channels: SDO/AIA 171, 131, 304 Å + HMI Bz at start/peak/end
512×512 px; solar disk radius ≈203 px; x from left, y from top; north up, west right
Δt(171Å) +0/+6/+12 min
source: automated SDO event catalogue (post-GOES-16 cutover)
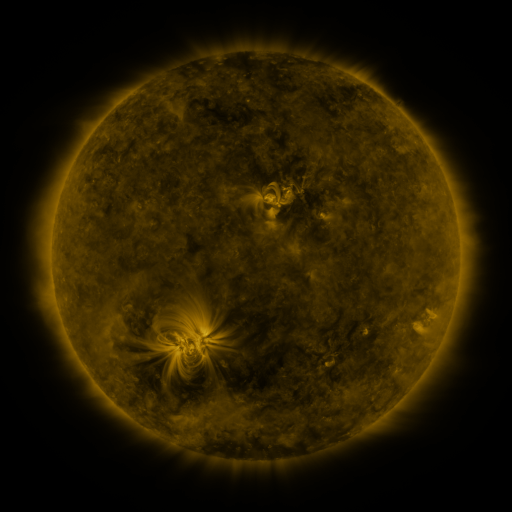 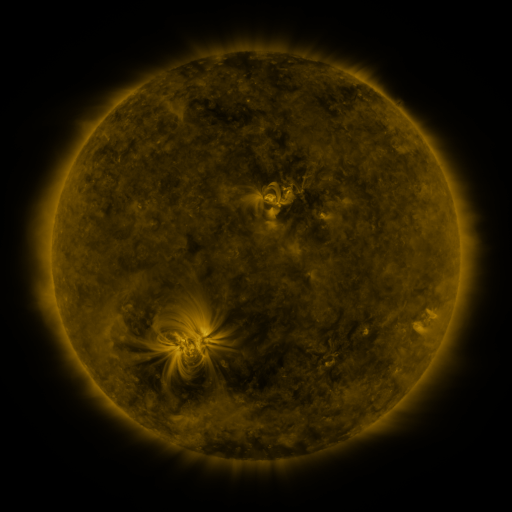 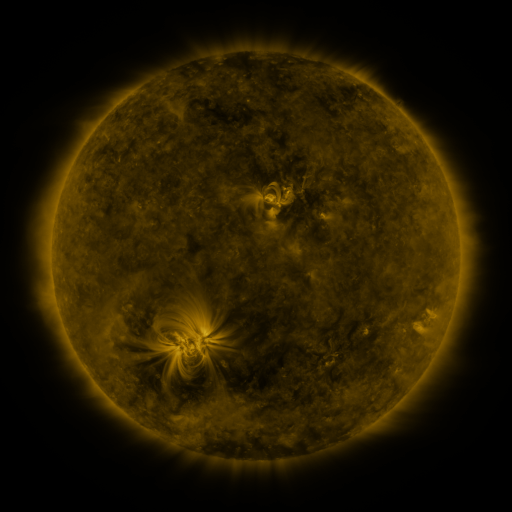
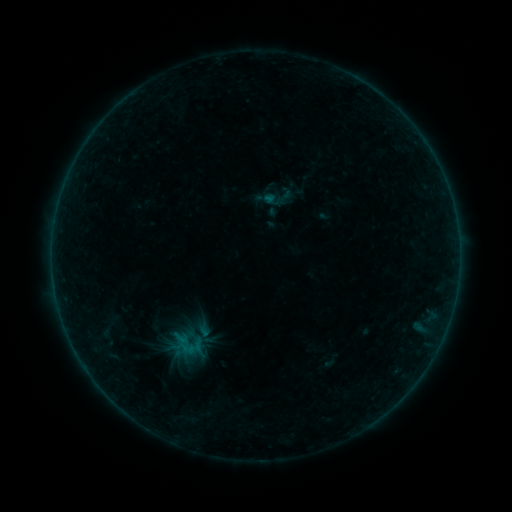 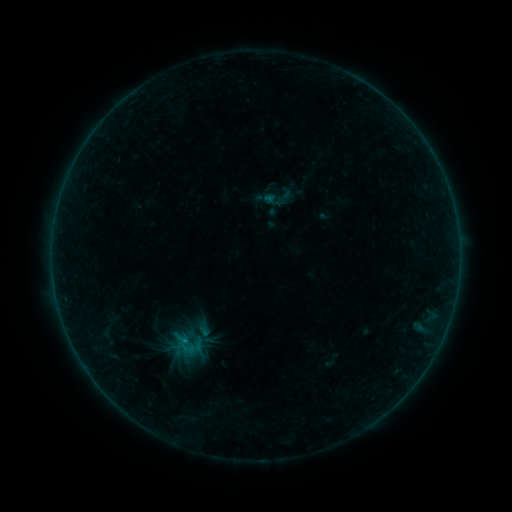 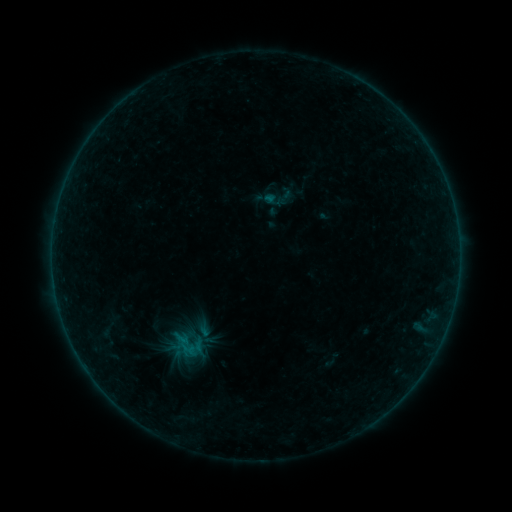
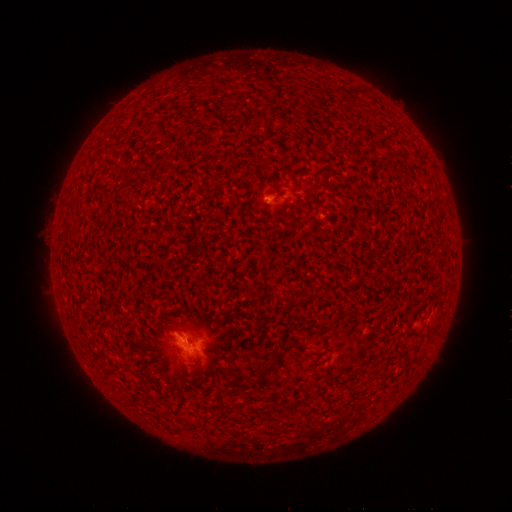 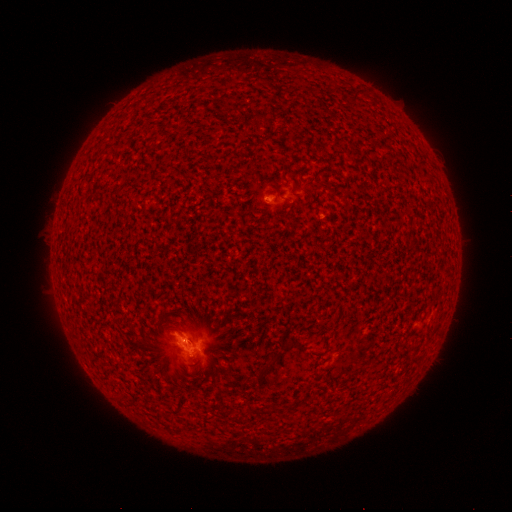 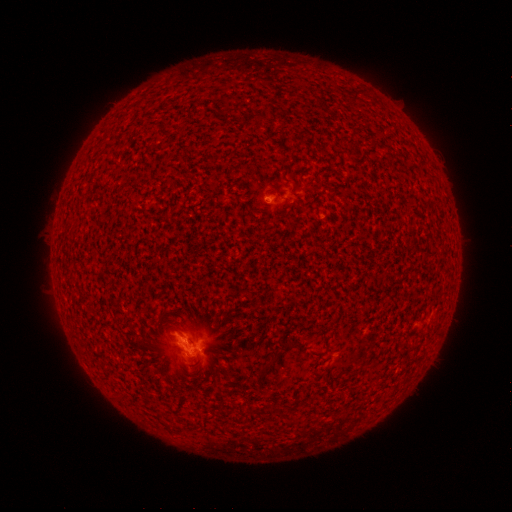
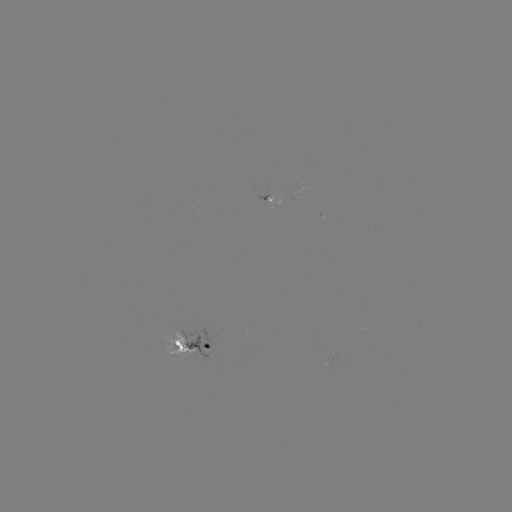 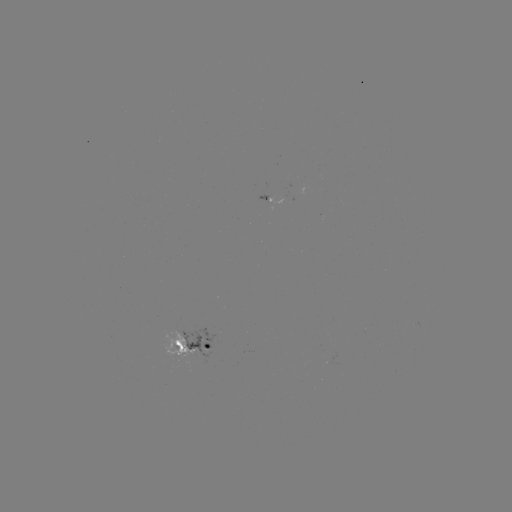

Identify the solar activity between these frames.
B2.9 flare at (187, 340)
